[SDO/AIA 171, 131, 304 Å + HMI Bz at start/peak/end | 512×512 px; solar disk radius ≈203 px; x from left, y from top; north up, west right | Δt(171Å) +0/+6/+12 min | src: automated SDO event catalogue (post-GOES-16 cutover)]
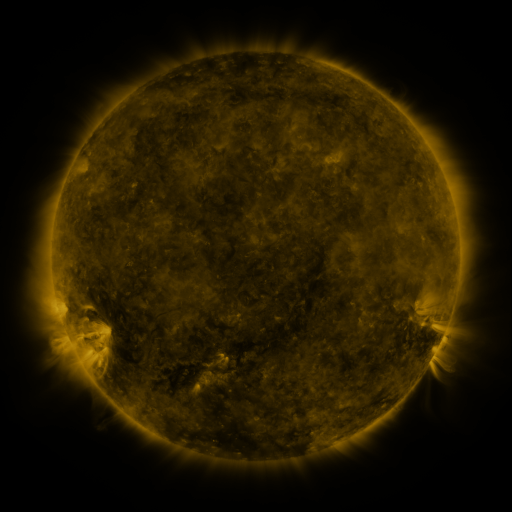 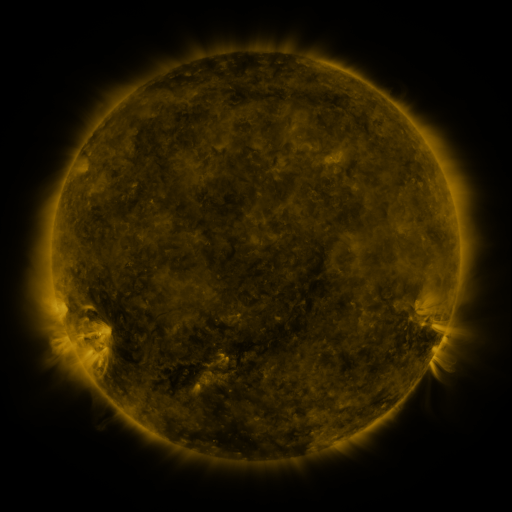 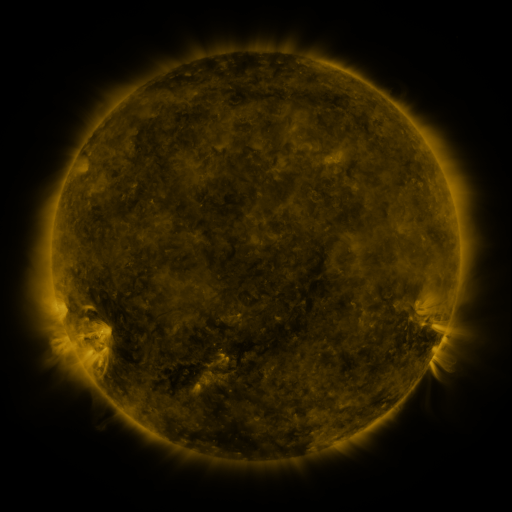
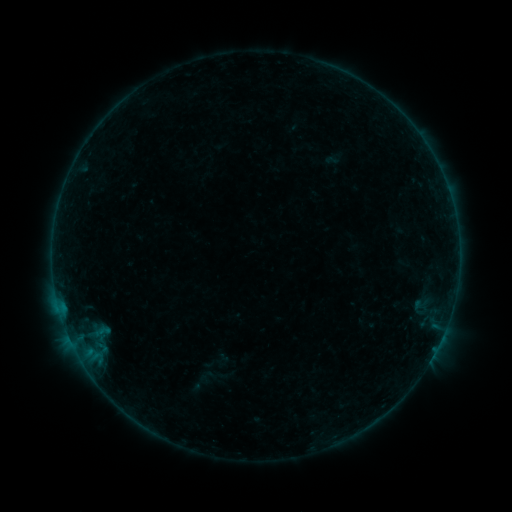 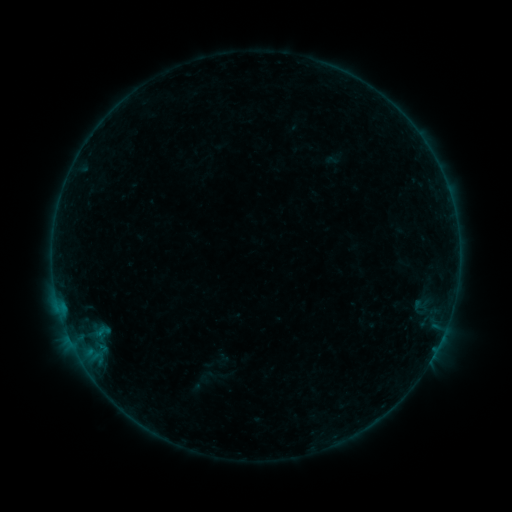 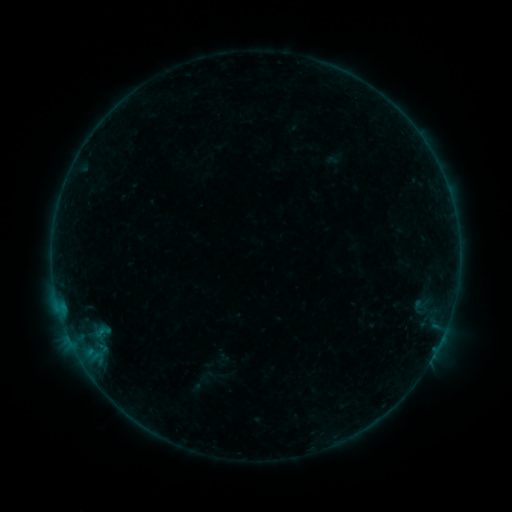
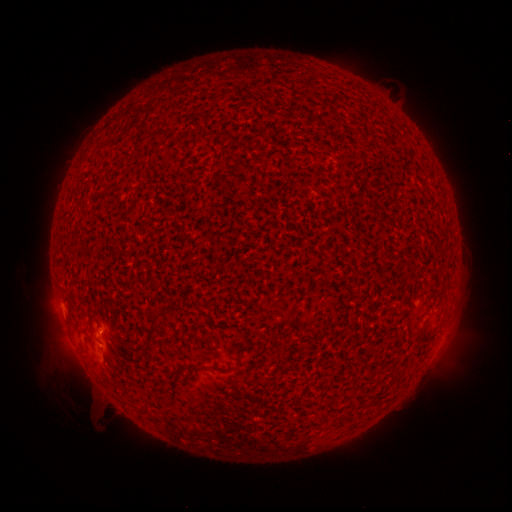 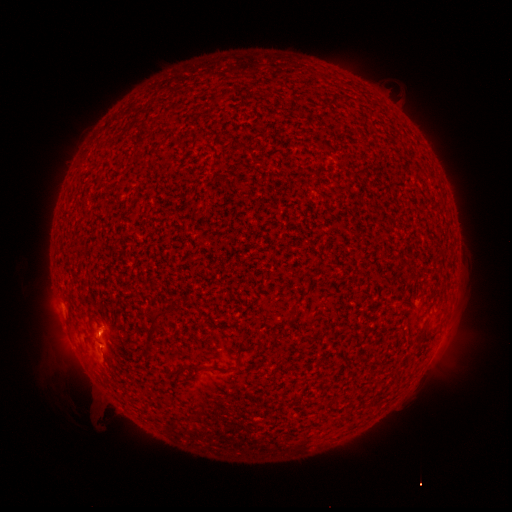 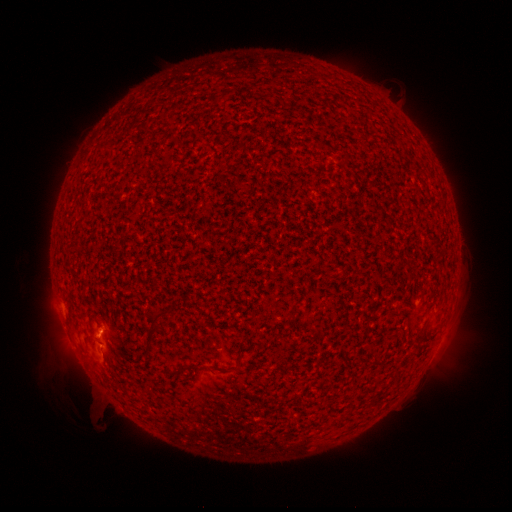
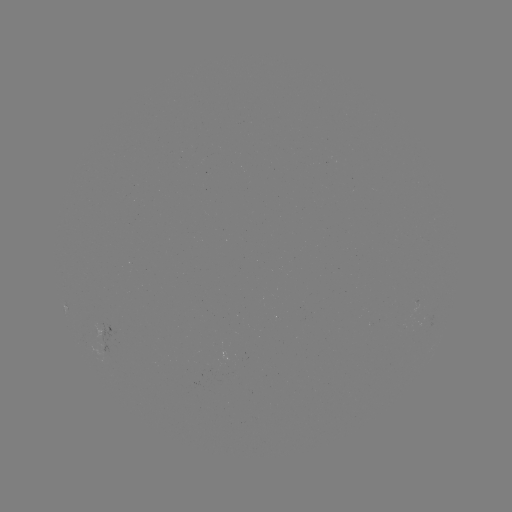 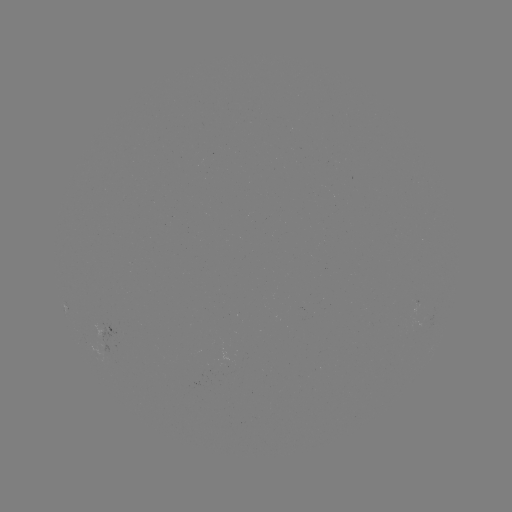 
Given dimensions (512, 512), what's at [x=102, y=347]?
B1.3 flare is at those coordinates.